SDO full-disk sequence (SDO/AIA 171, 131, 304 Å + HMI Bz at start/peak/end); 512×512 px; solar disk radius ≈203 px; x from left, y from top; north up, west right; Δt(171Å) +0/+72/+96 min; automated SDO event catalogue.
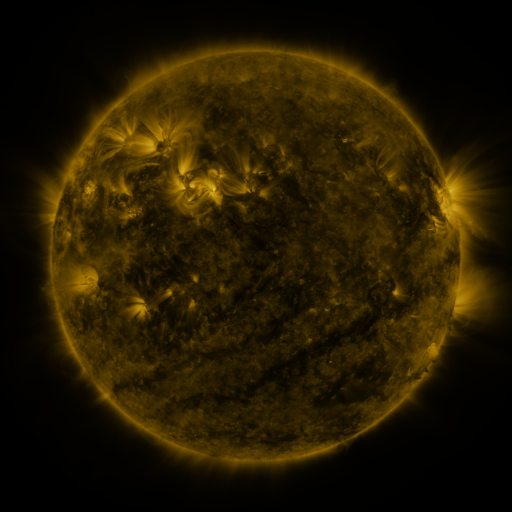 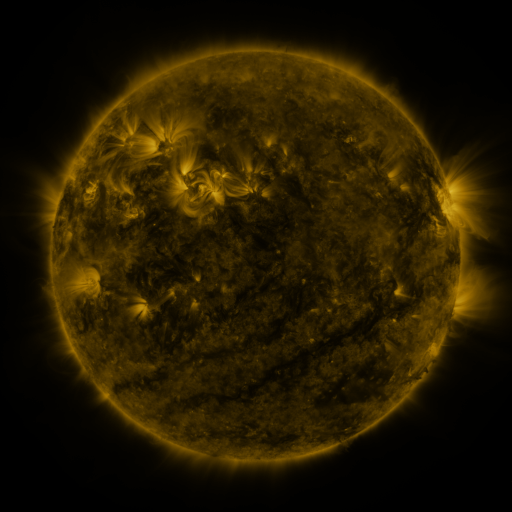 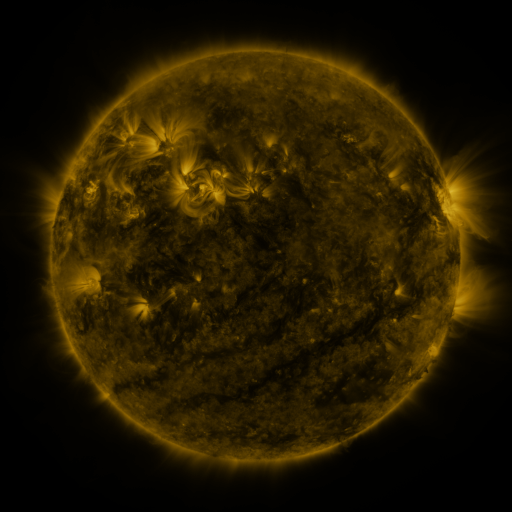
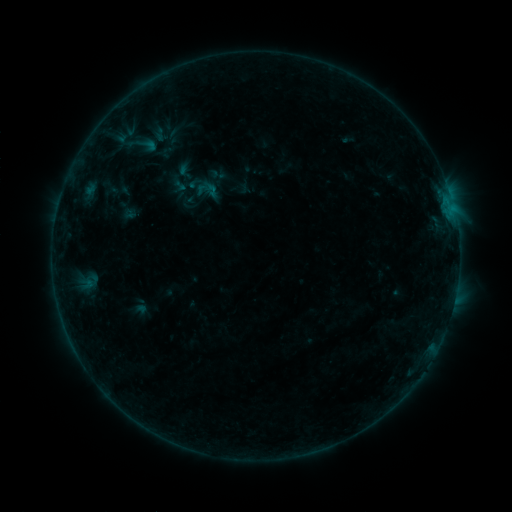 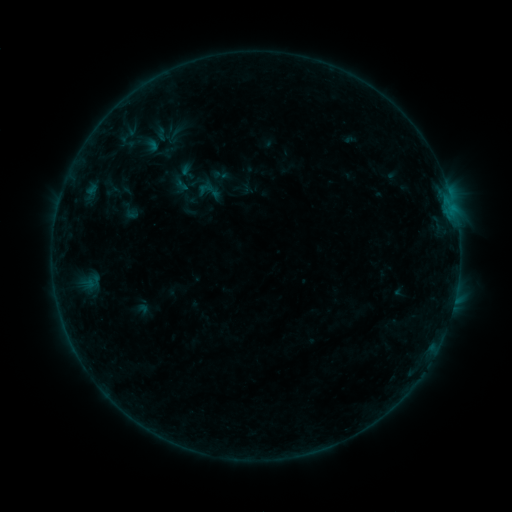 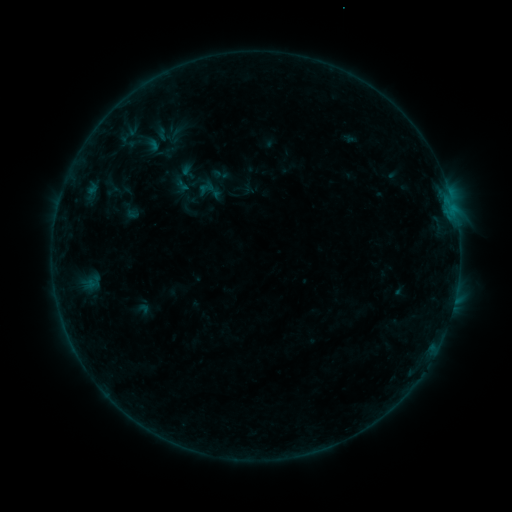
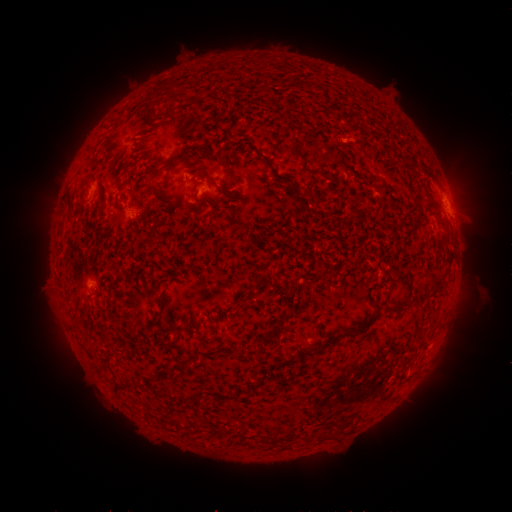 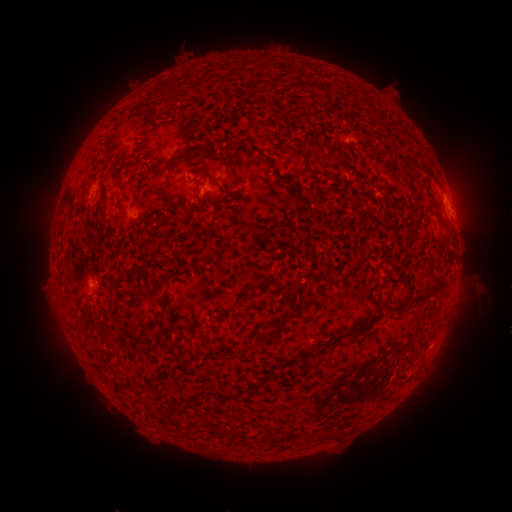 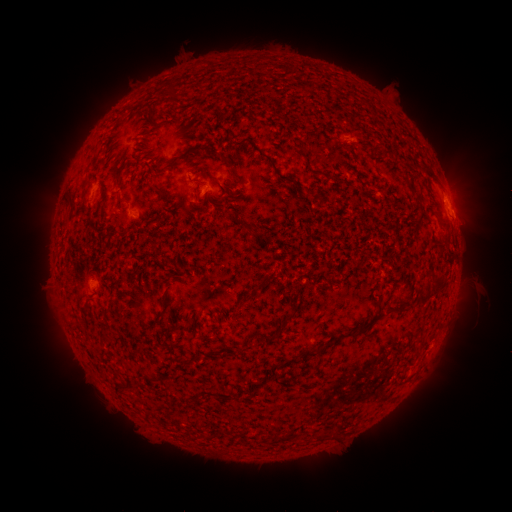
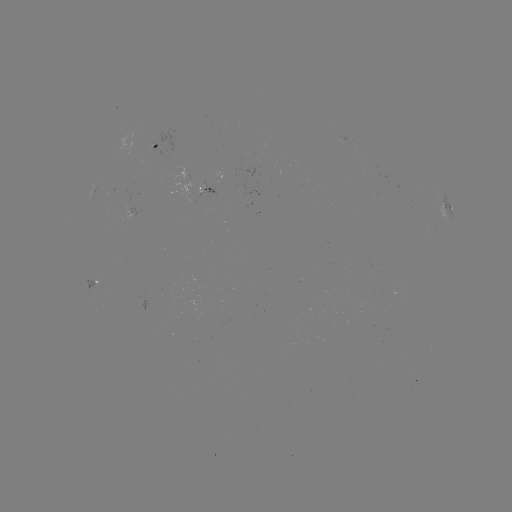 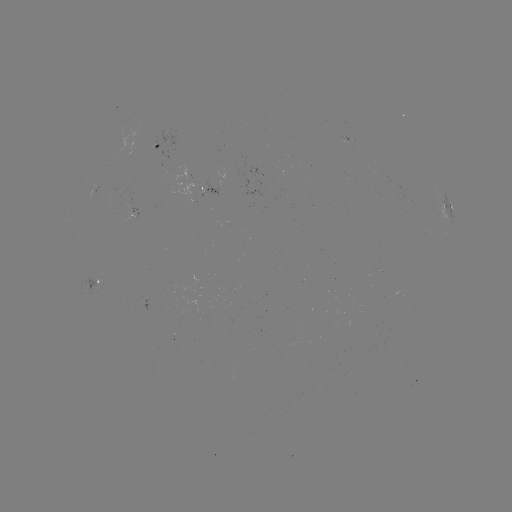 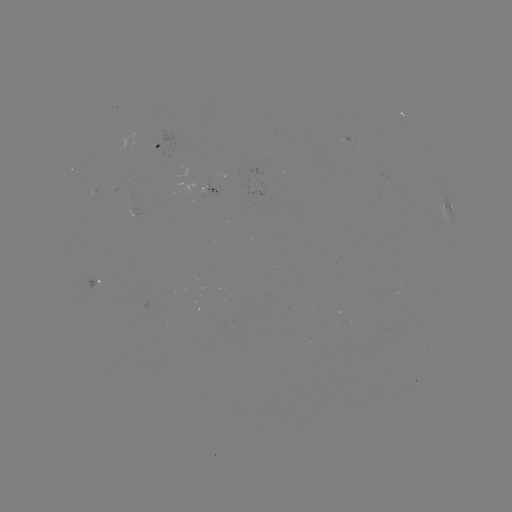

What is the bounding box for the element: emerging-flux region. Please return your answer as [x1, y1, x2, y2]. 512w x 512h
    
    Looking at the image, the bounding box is [339, 135, 353, 143].